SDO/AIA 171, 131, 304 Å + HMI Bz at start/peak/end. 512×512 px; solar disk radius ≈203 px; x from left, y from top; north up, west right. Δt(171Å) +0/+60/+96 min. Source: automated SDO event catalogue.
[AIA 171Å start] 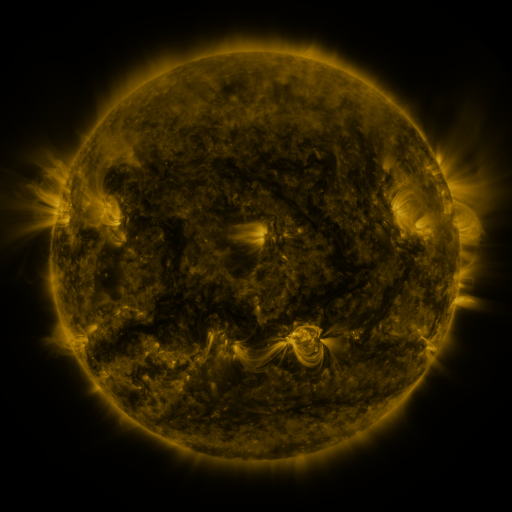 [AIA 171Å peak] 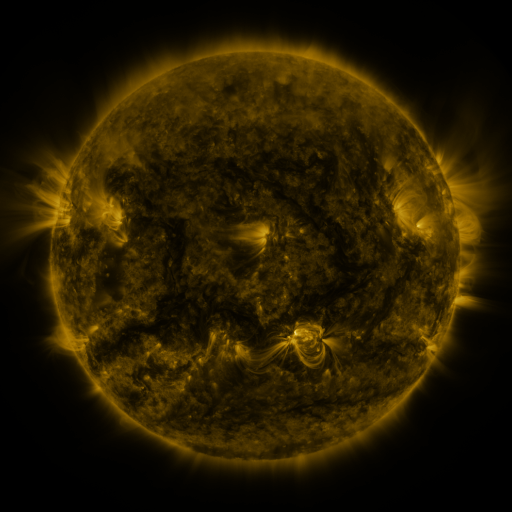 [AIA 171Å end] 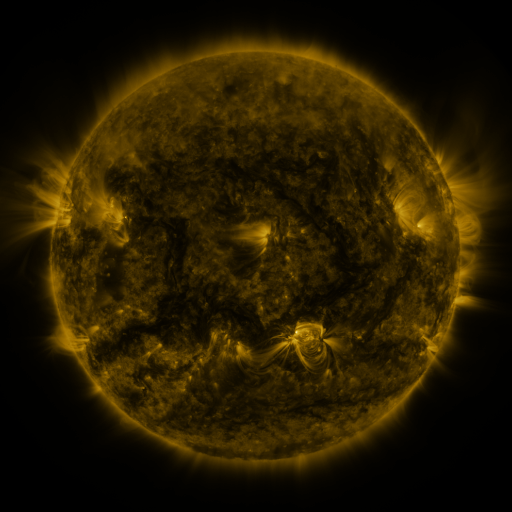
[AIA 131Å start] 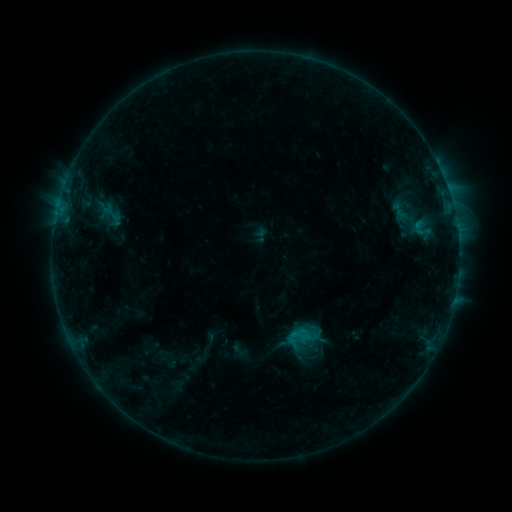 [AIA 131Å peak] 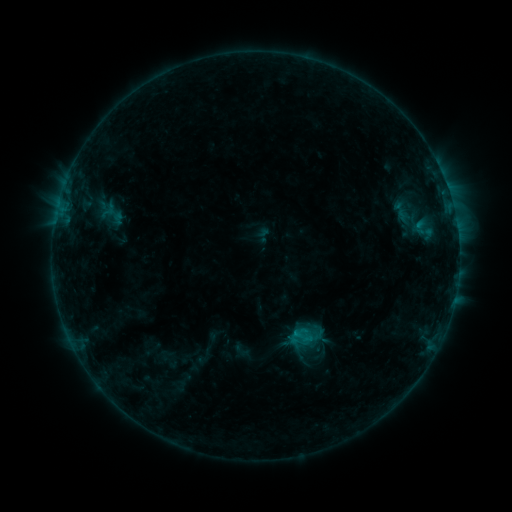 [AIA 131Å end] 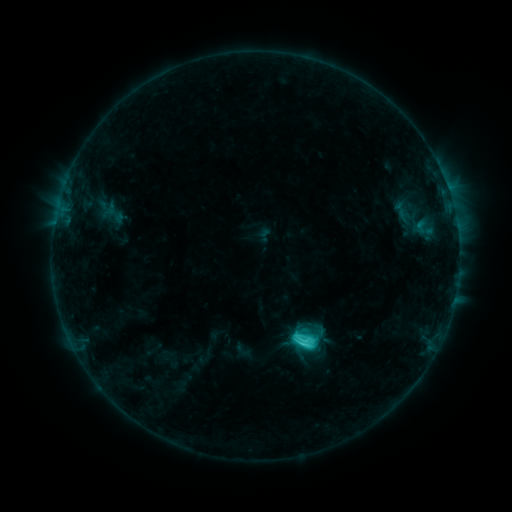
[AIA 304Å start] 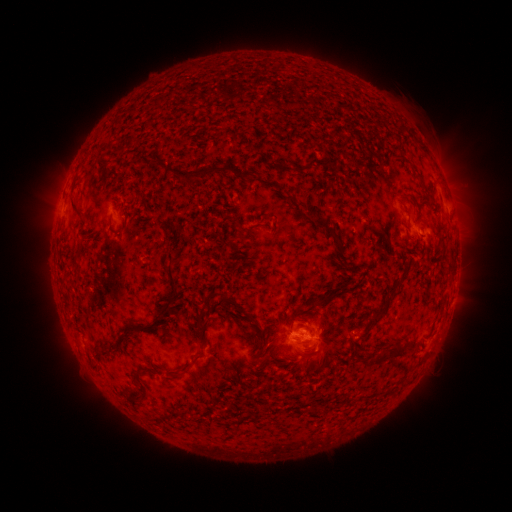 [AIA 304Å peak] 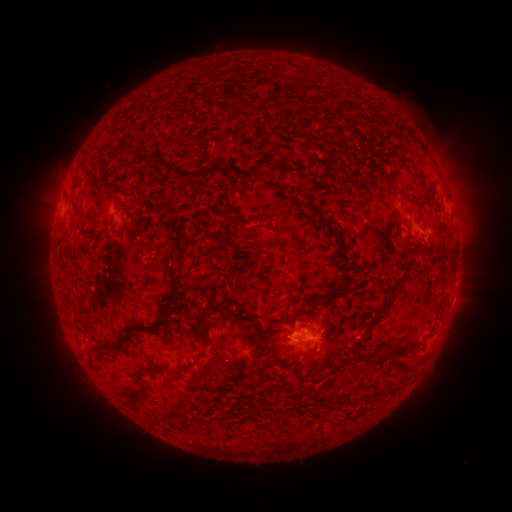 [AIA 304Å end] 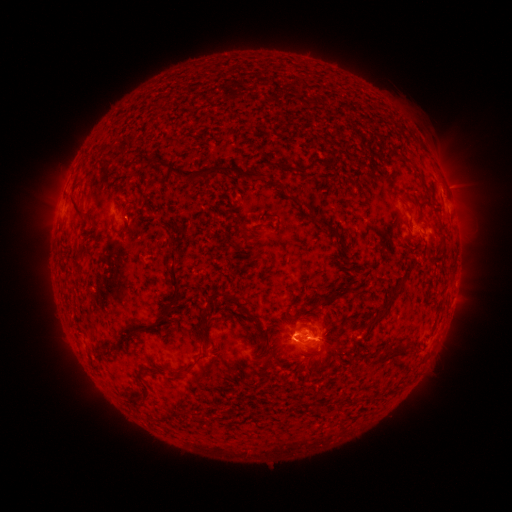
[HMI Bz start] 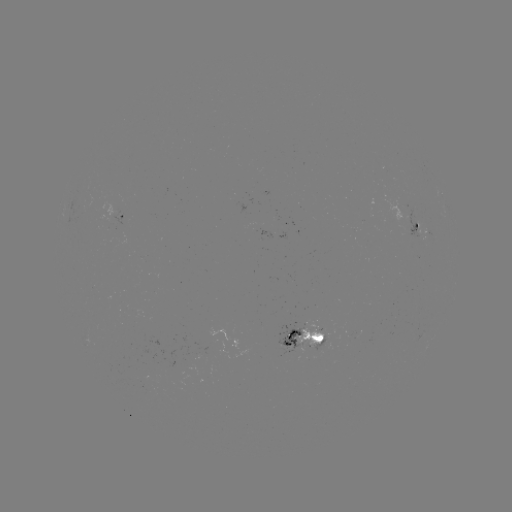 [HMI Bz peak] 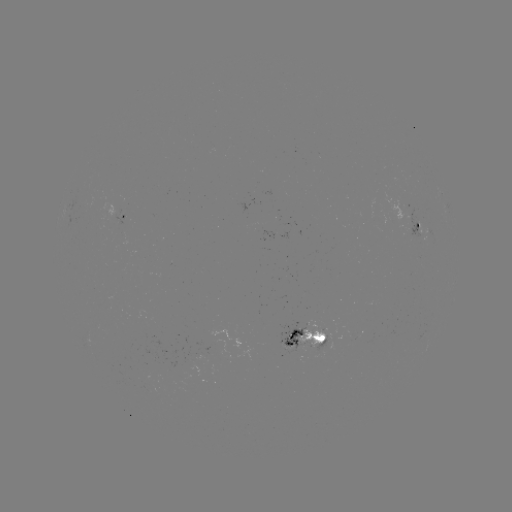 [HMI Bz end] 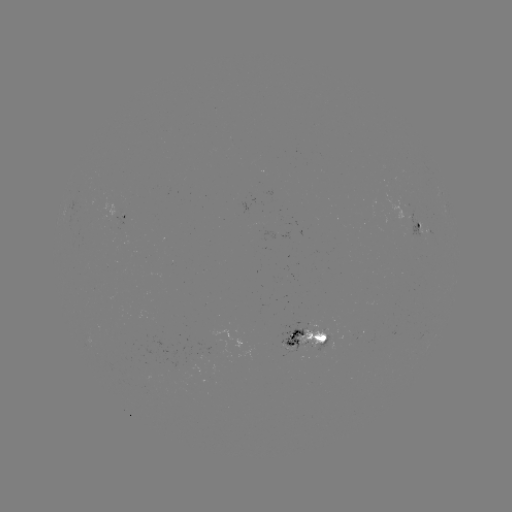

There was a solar emerging-flux region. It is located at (320, 339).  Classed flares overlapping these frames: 1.